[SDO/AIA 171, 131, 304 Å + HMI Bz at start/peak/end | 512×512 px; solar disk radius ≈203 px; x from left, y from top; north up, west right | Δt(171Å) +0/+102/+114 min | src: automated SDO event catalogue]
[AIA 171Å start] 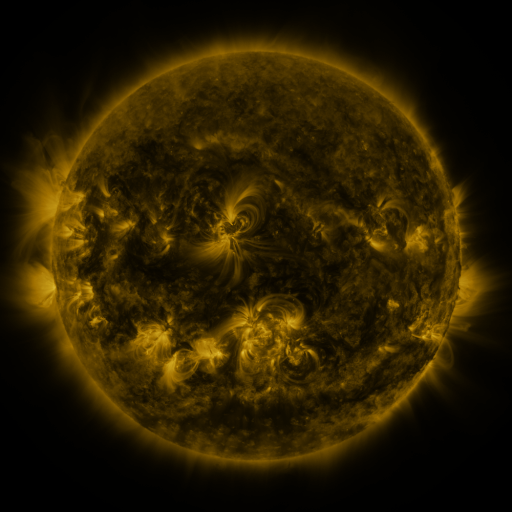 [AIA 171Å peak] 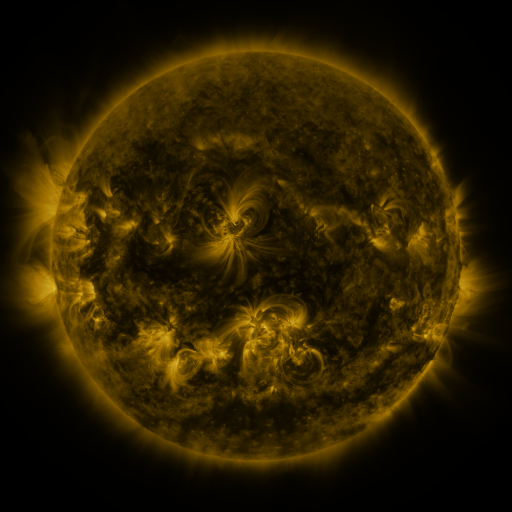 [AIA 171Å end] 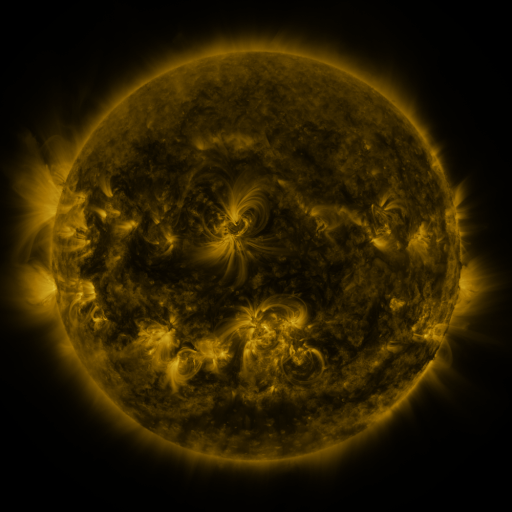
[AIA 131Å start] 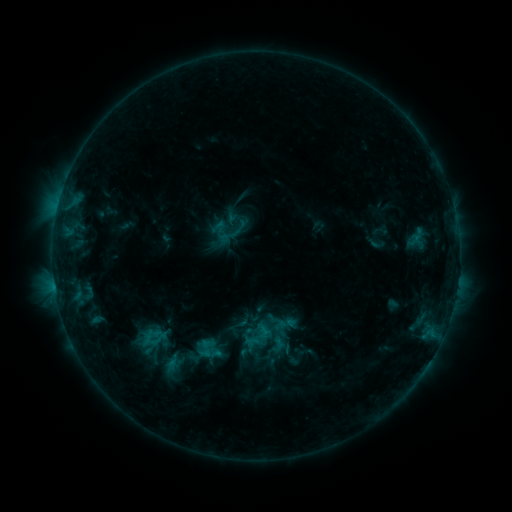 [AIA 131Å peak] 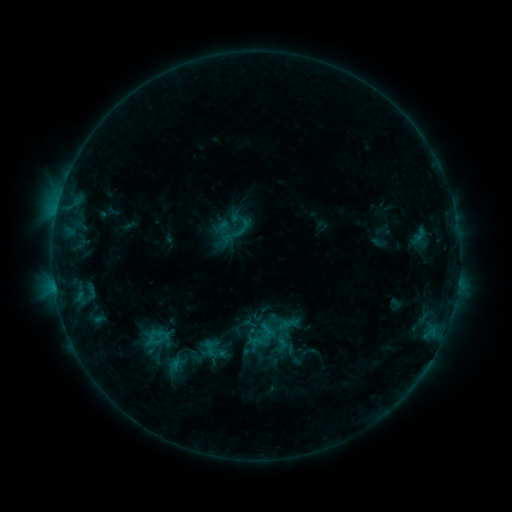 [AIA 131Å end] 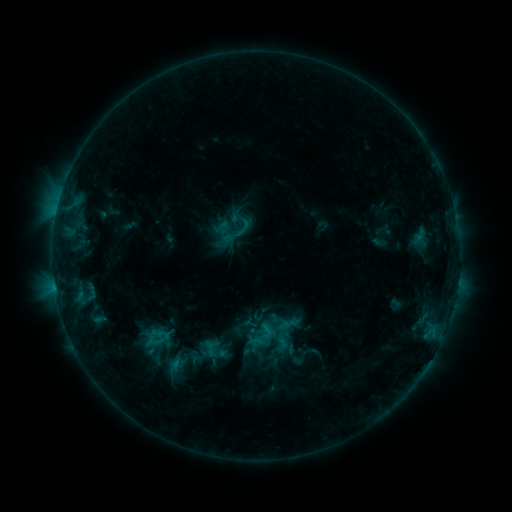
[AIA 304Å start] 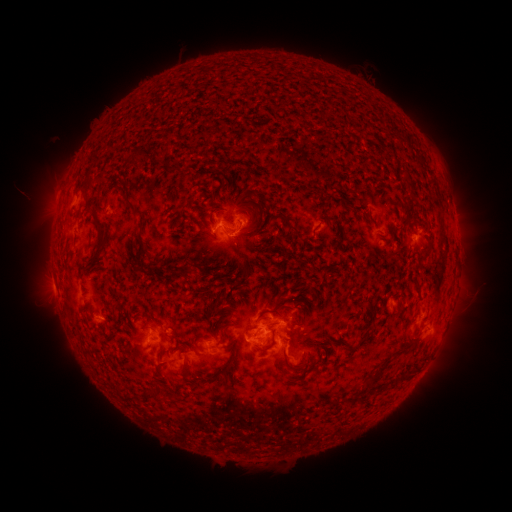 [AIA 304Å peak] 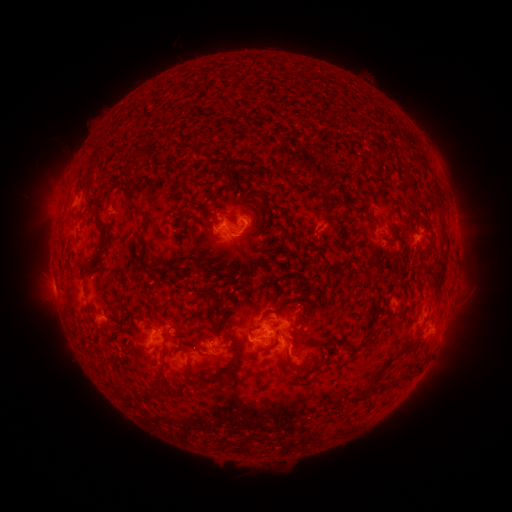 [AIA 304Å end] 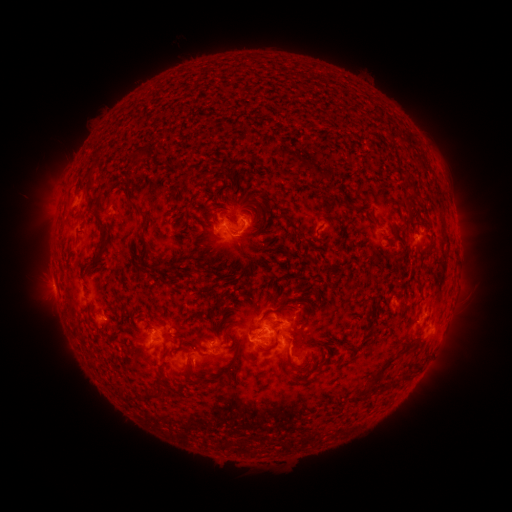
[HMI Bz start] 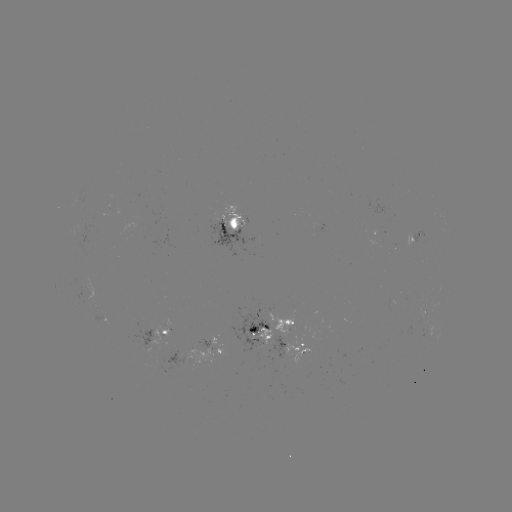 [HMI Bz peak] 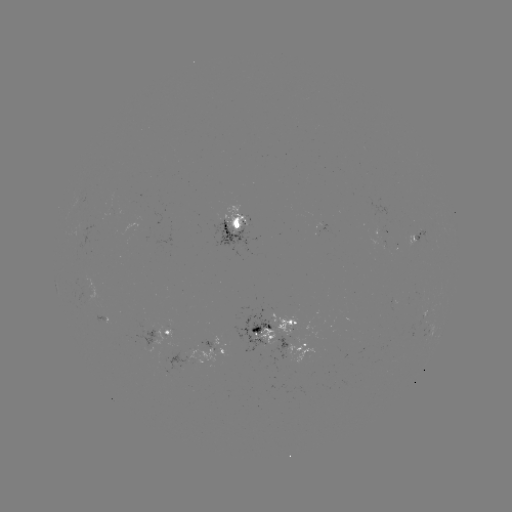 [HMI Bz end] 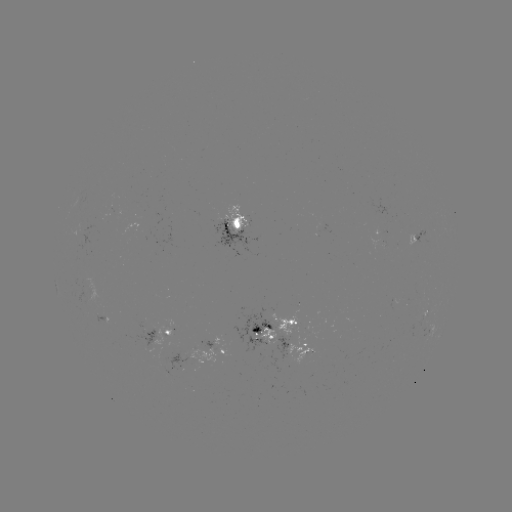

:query emerging-flux region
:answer (265, 328)